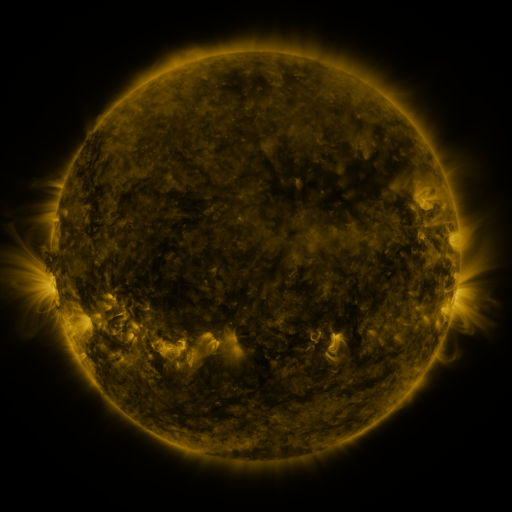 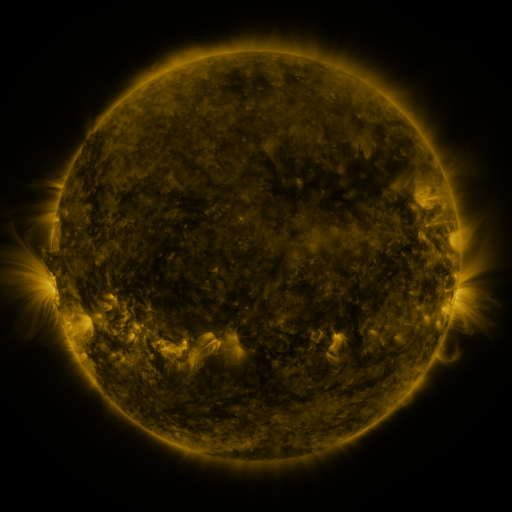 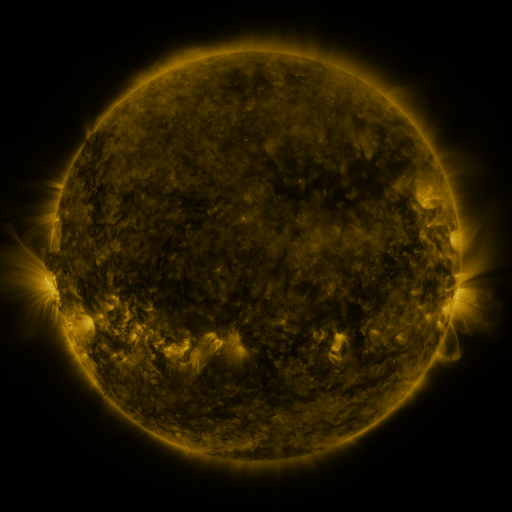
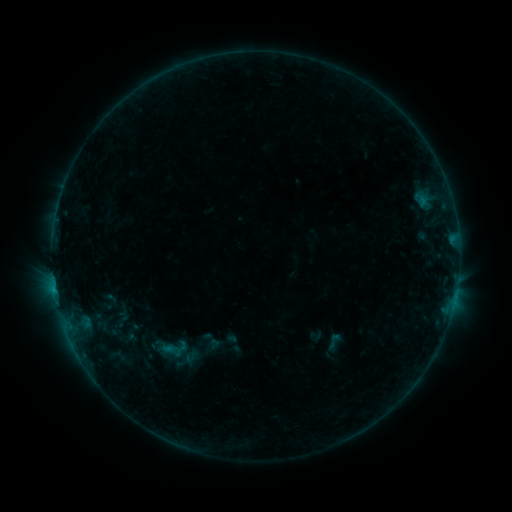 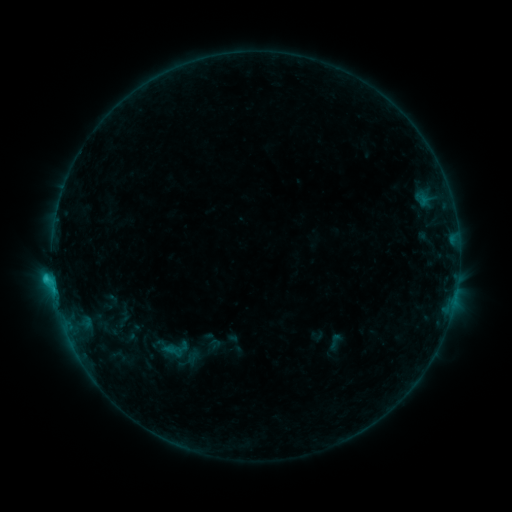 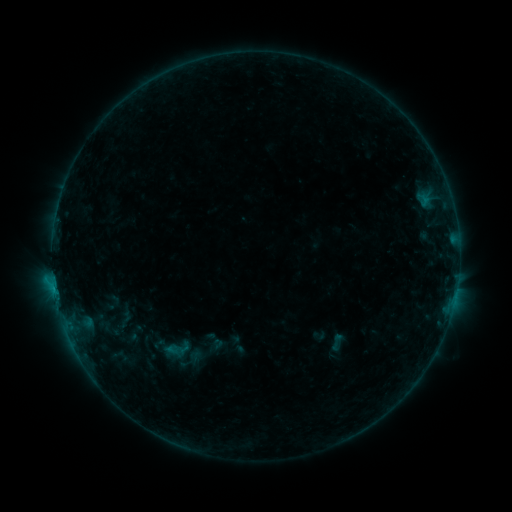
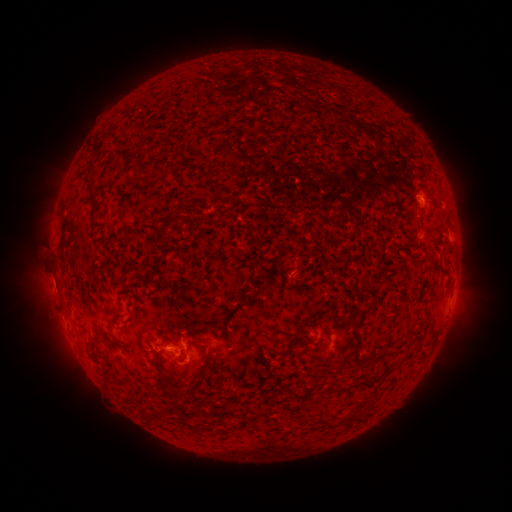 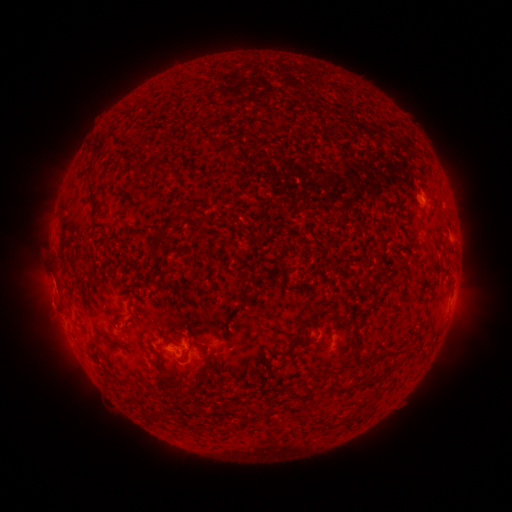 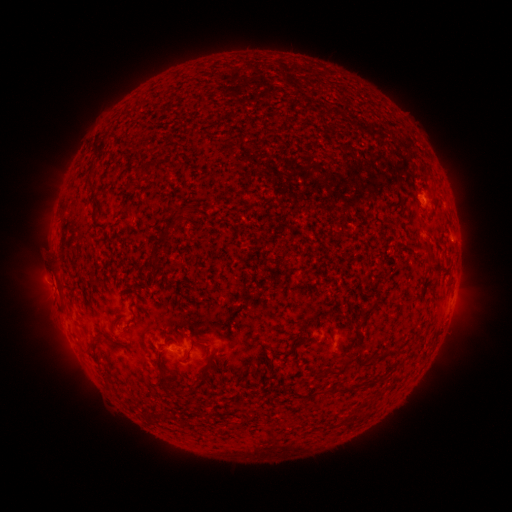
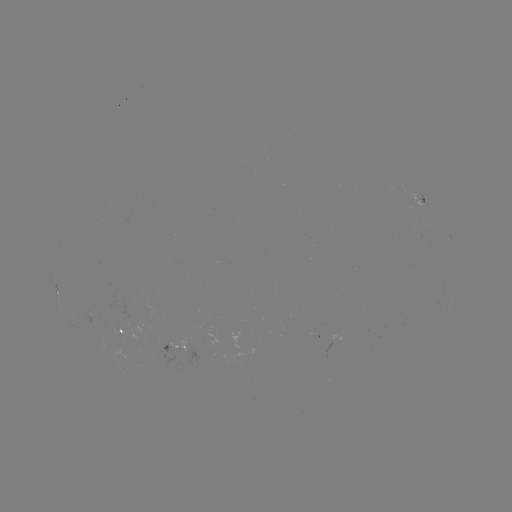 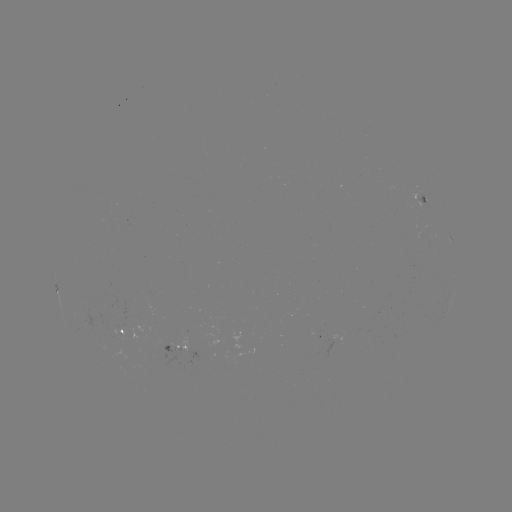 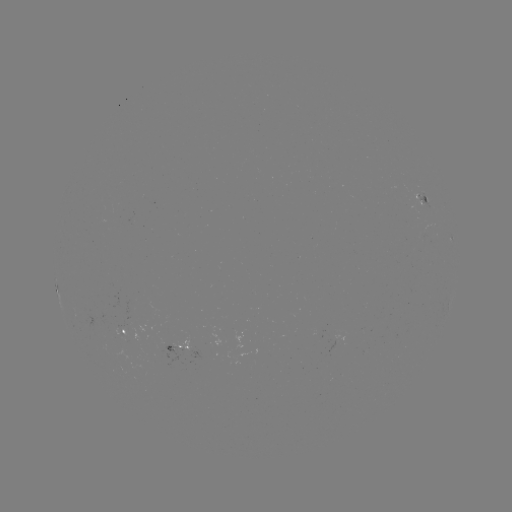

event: flare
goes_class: C1.1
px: (425, 203)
